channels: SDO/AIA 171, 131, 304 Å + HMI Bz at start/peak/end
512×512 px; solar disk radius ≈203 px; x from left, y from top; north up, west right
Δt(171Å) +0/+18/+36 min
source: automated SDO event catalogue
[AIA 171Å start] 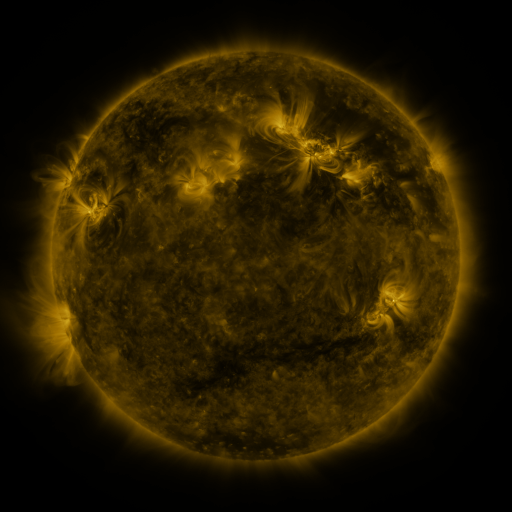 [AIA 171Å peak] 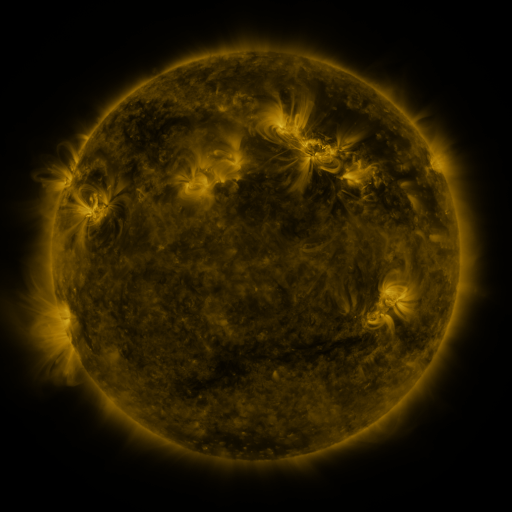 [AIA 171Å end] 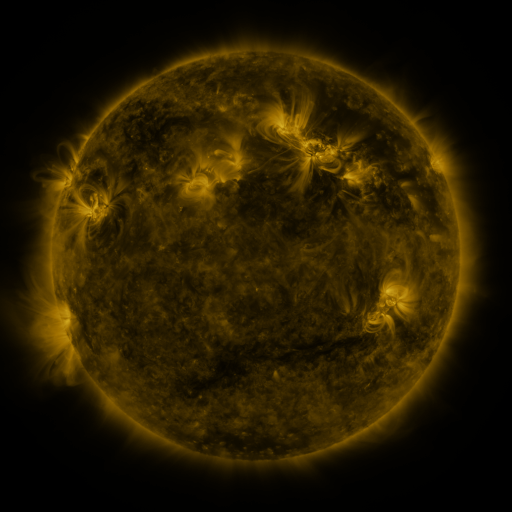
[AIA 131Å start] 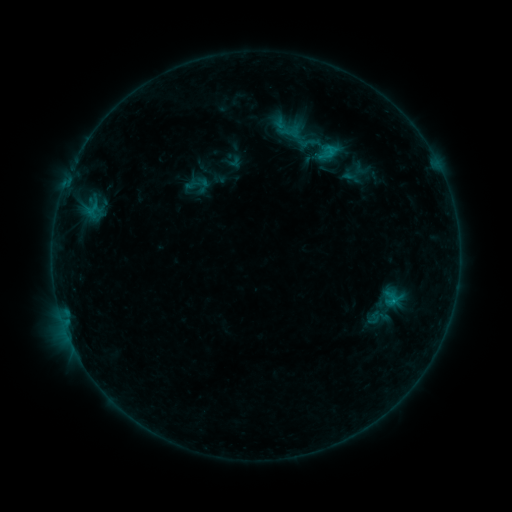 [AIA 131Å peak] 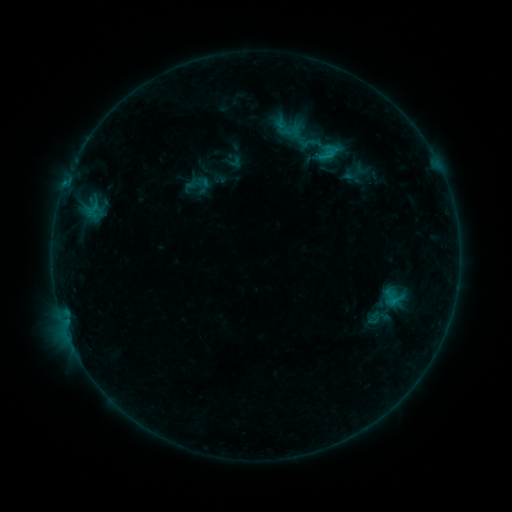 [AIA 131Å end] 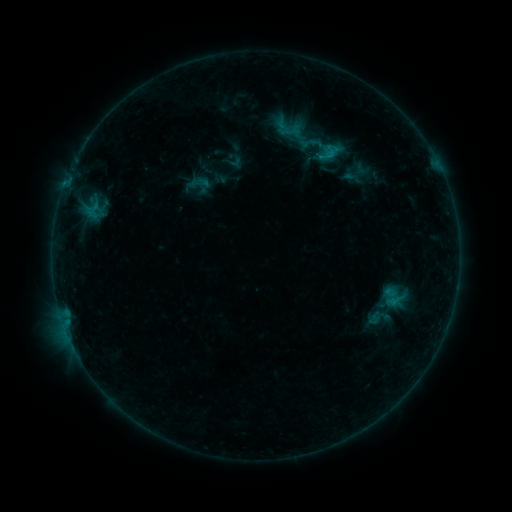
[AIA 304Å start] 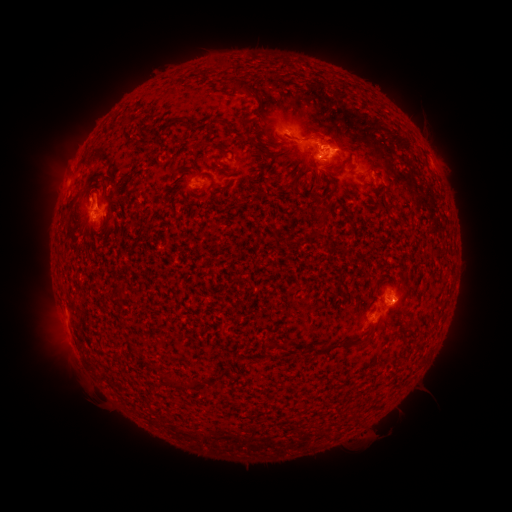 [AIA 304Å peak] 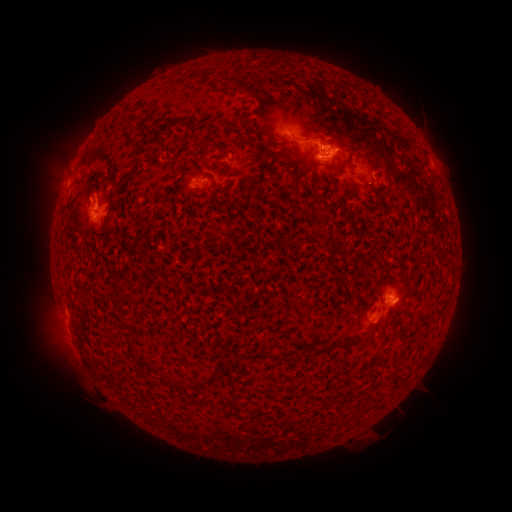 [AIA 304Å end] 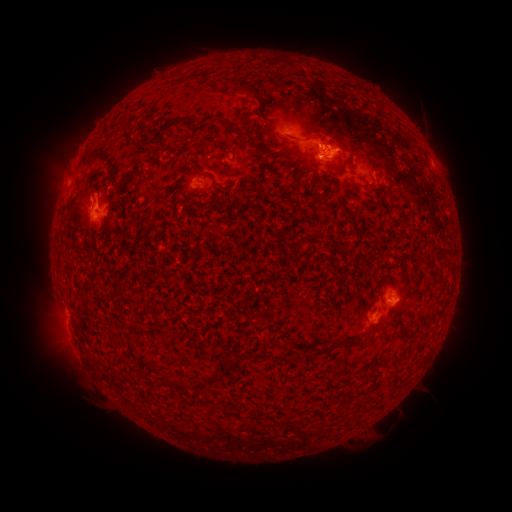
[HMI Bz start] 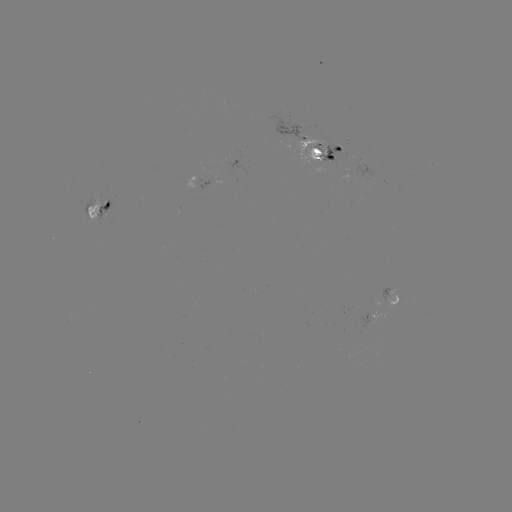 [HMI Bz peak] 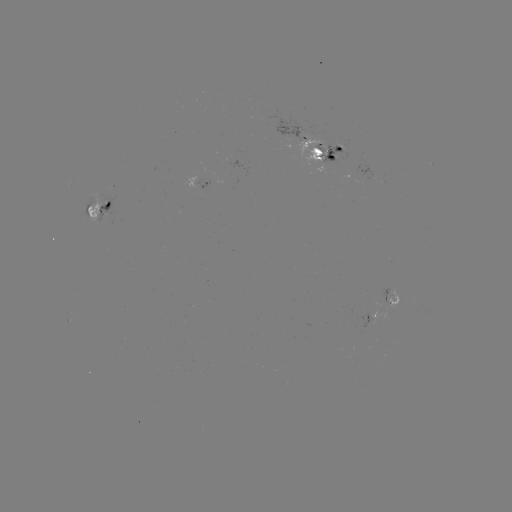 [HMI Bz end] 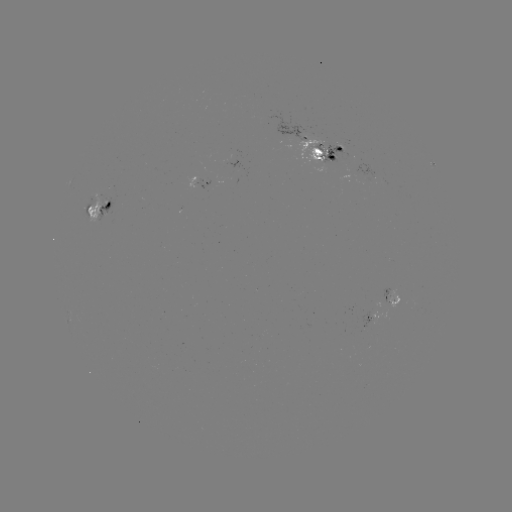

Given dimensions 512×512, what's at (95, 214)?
emerging-flux region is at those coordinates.